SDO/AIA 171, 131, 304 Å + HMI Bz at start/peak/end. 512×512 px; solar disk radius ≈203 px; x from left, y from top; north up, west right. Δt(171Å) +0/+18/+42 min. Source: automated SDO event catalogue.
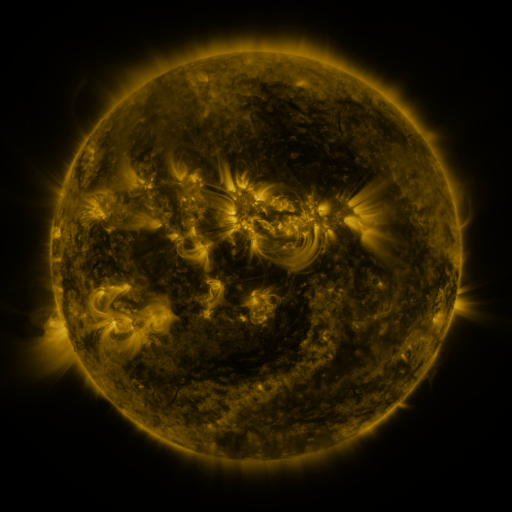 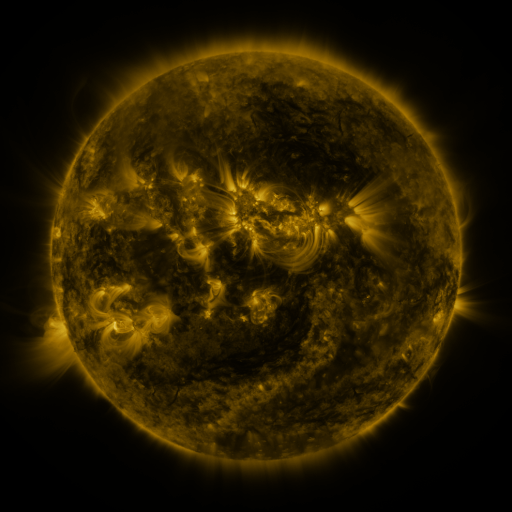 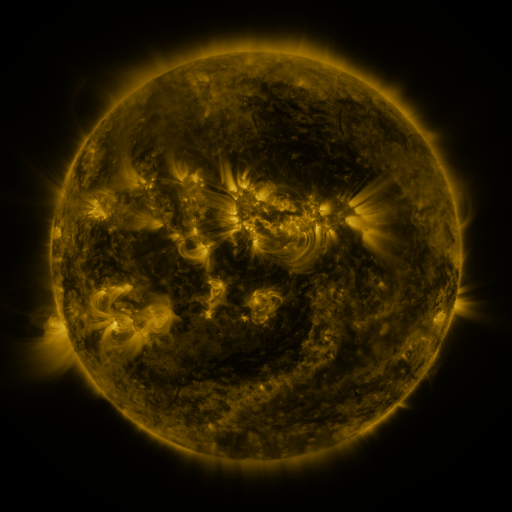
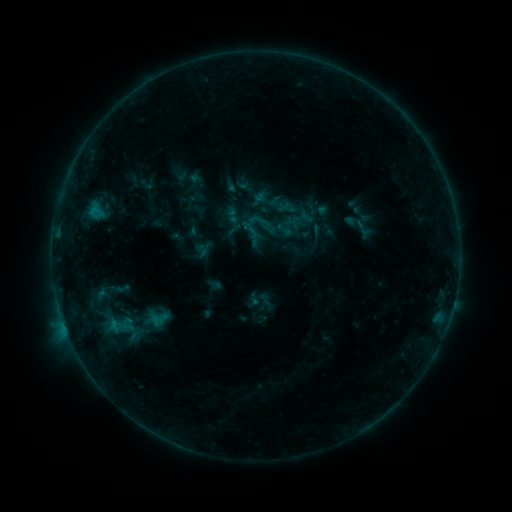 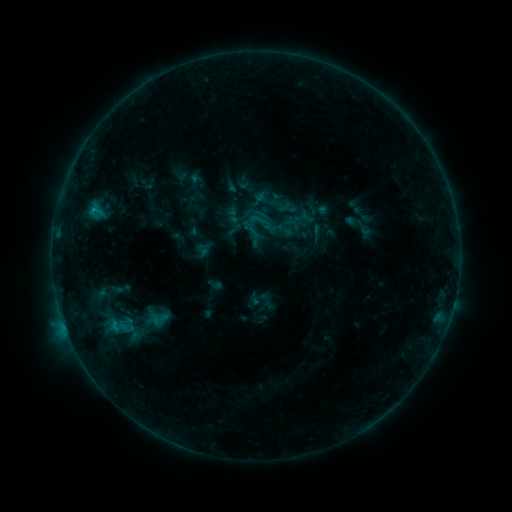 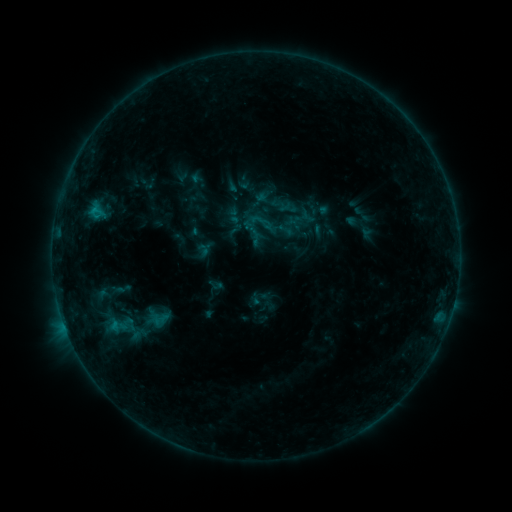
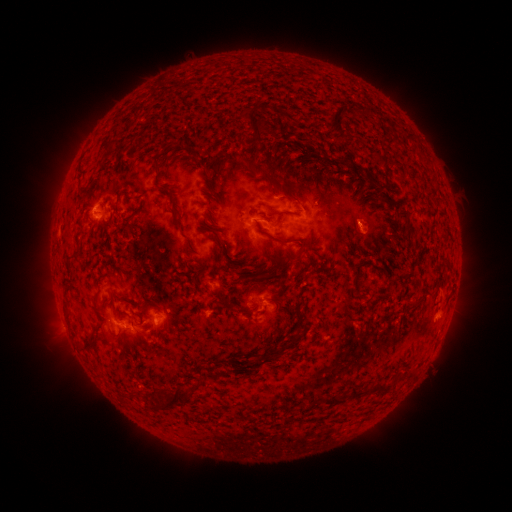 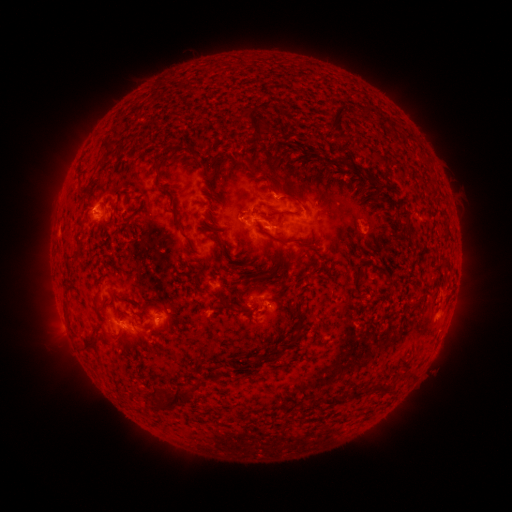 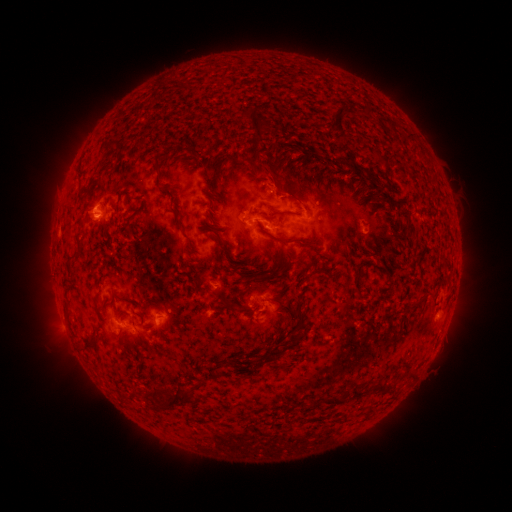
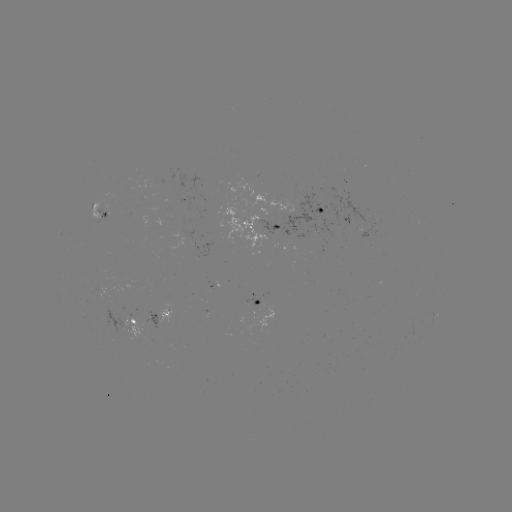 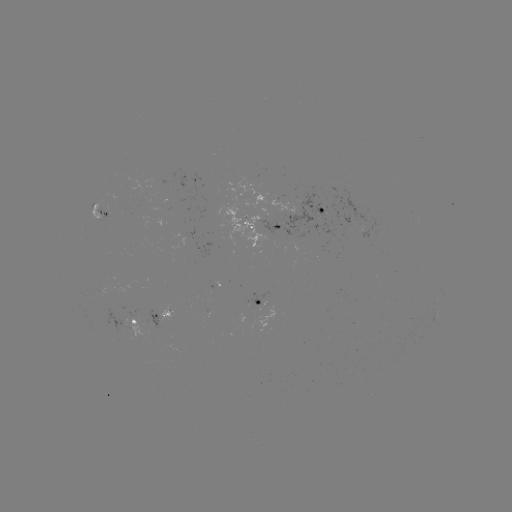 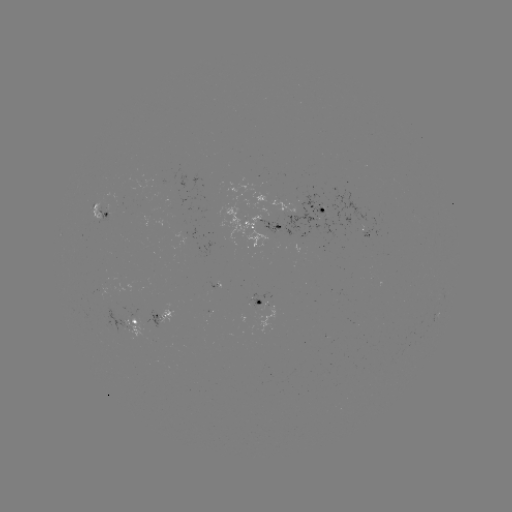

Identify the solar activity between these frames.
B7.4 flare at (94, 213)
